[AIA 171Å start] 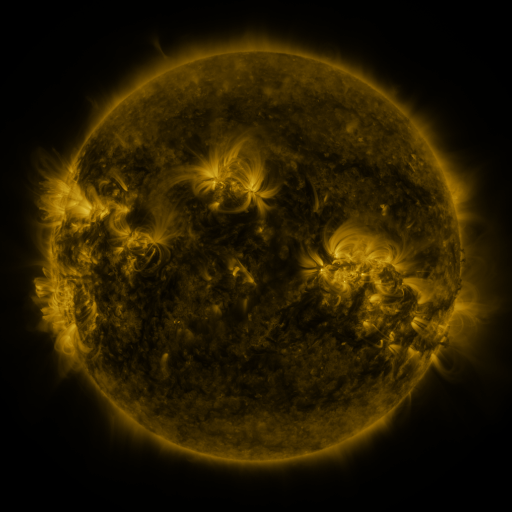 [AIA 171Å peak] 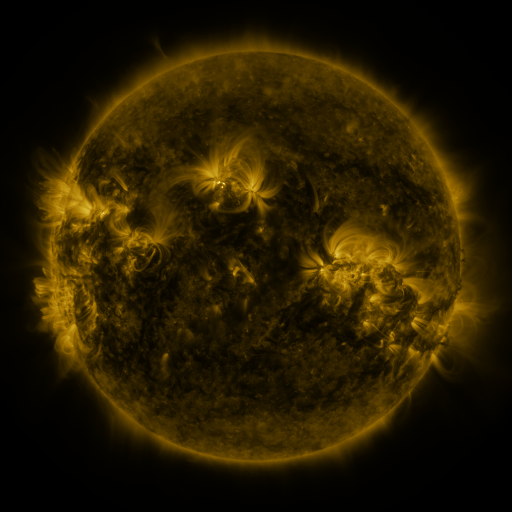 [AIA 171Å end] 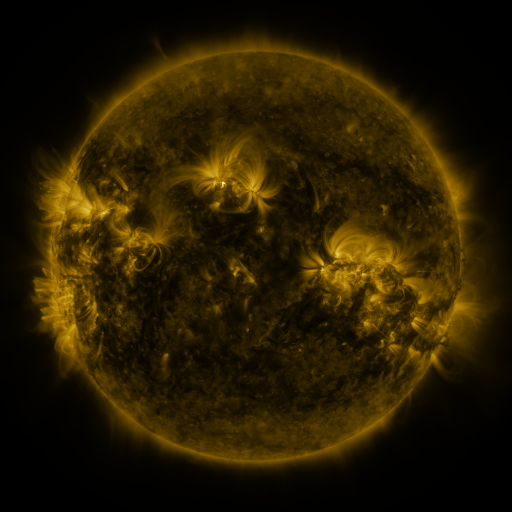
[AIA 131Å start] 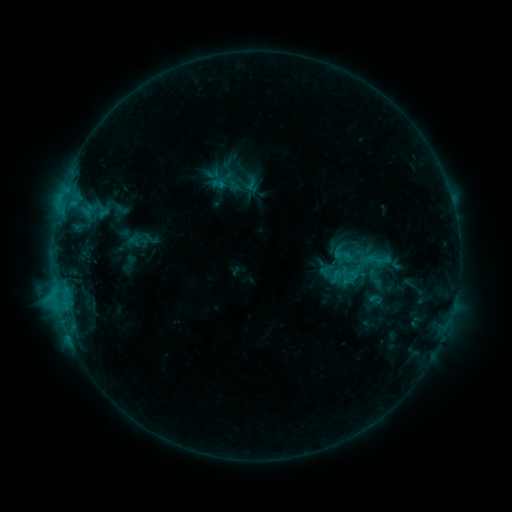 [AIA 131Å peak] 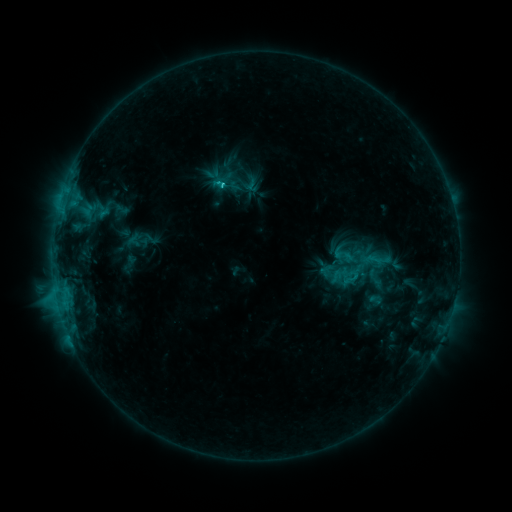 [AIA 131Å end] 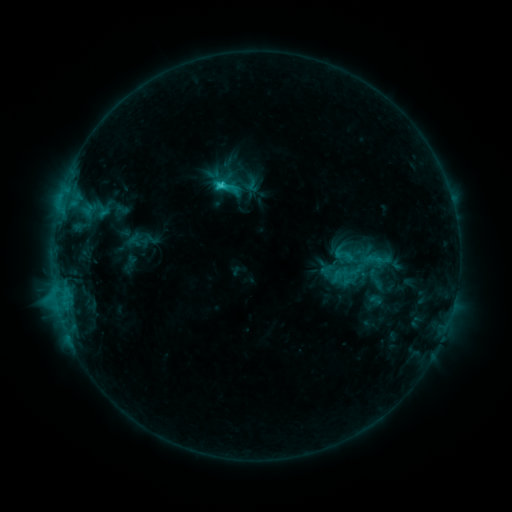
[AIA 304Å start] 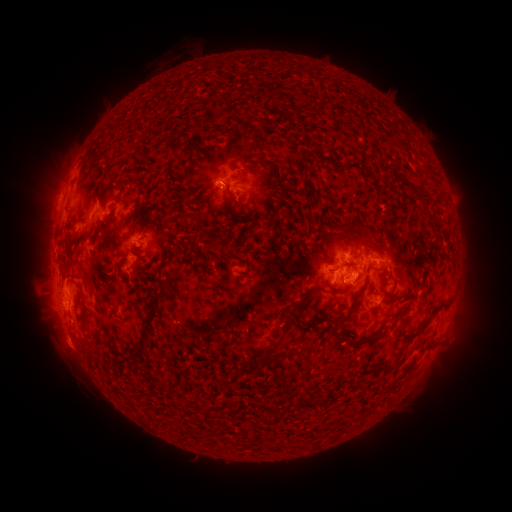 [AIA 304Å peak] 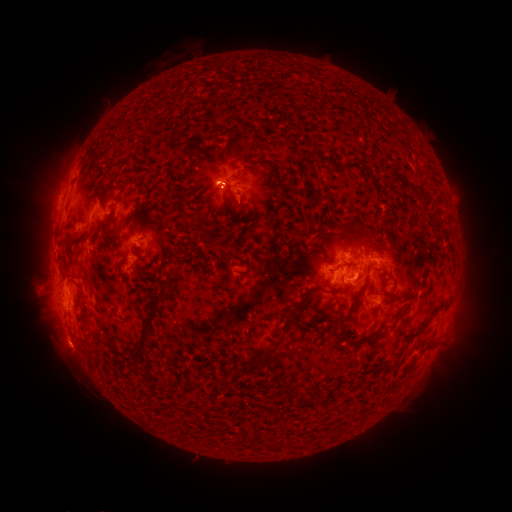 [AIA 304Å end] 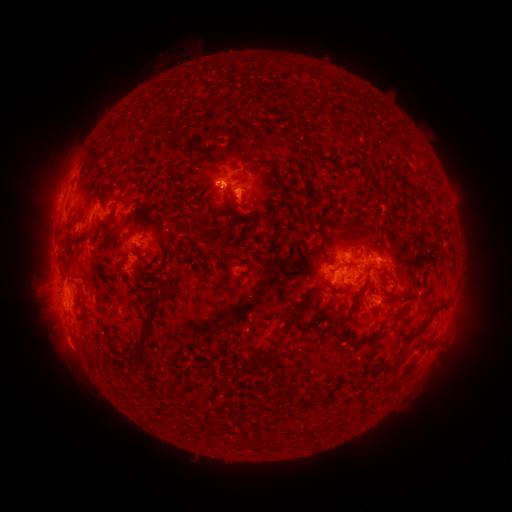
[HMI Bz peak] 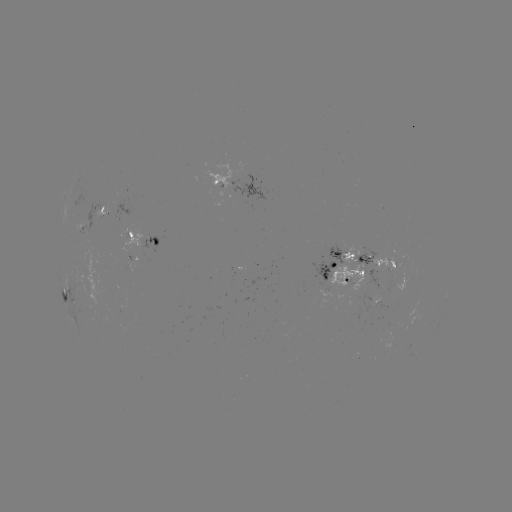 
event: flare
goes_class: C4.5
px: (224, 186)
